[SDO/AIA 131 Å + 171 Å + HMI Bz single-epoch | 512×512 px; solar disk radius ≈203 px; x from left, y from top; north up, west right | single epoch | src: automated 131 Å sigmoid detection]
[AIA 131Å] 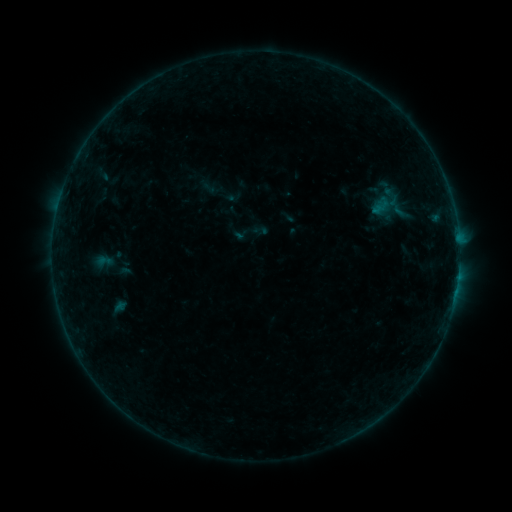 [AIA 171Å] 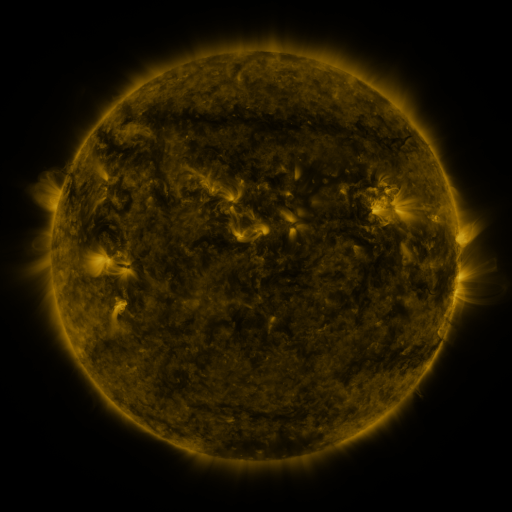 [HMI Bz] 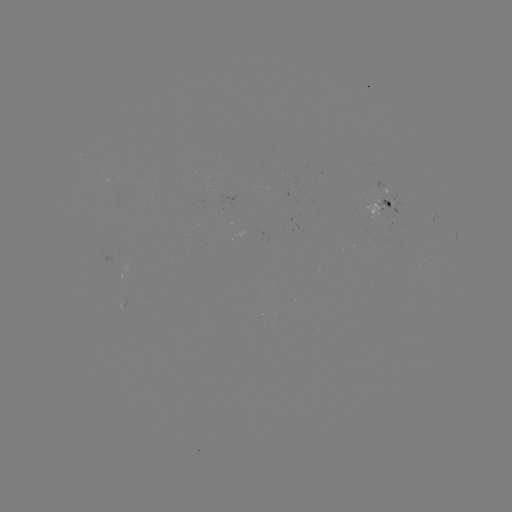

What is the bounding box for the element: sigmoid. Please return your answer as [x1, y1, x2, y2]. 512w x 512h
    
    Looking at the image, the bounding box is [365, 193, 396, 218].